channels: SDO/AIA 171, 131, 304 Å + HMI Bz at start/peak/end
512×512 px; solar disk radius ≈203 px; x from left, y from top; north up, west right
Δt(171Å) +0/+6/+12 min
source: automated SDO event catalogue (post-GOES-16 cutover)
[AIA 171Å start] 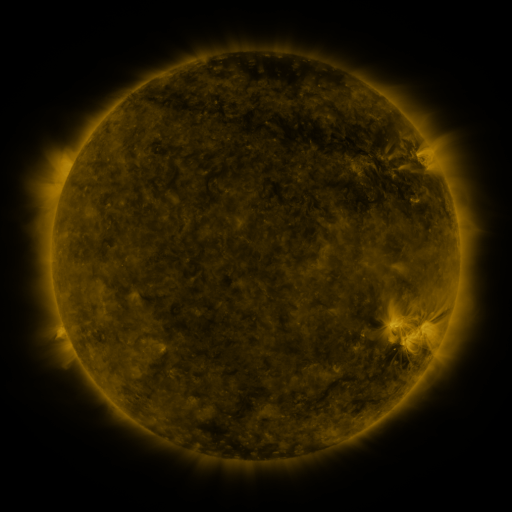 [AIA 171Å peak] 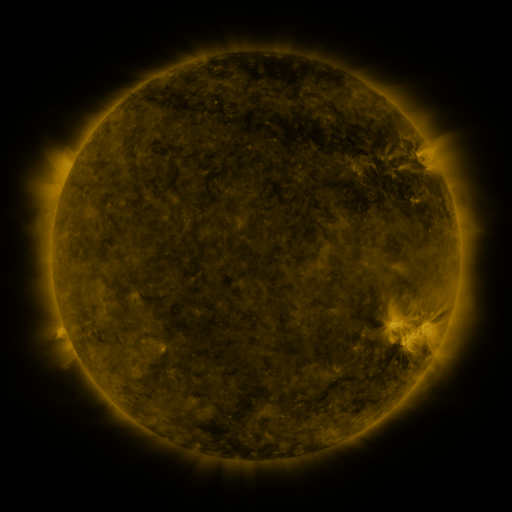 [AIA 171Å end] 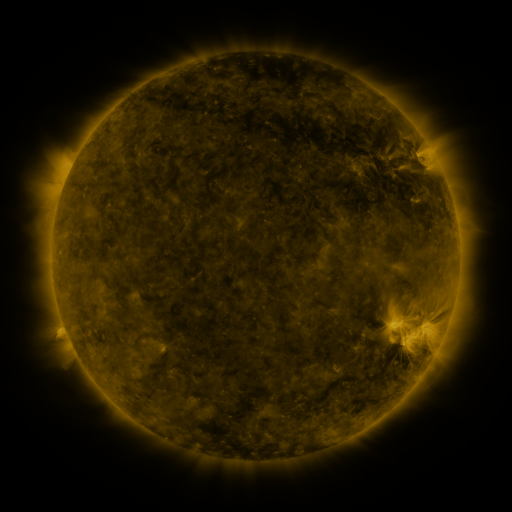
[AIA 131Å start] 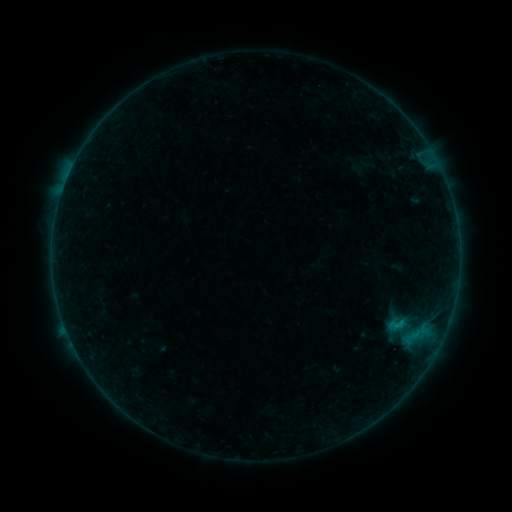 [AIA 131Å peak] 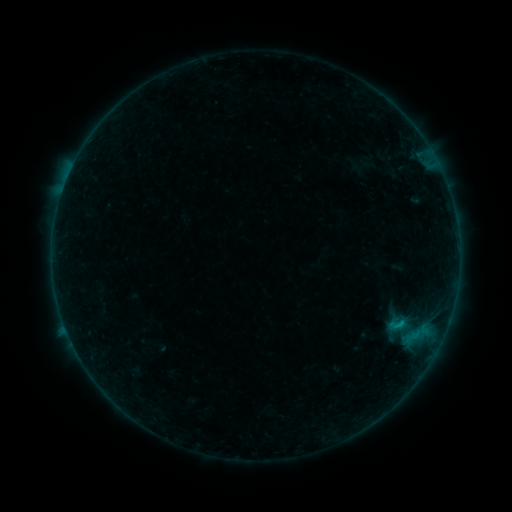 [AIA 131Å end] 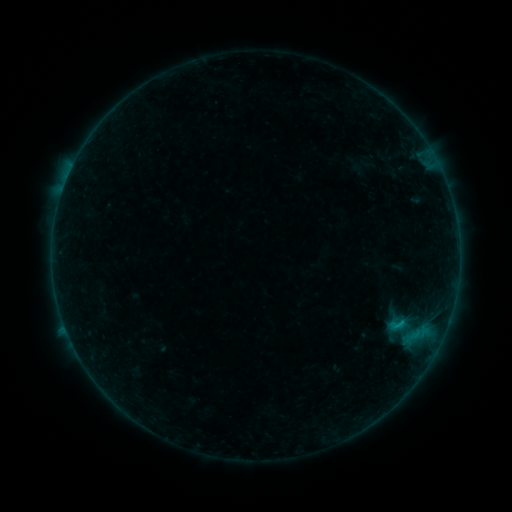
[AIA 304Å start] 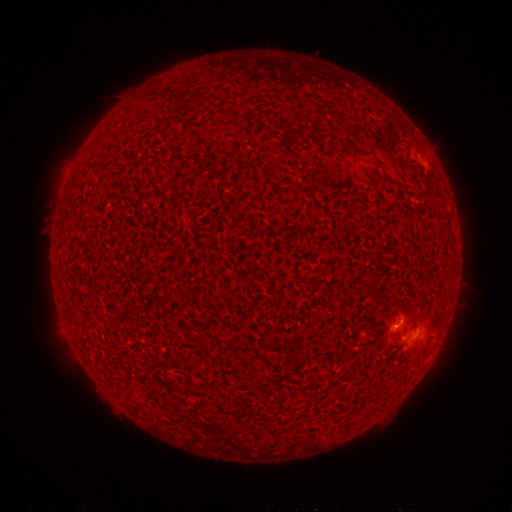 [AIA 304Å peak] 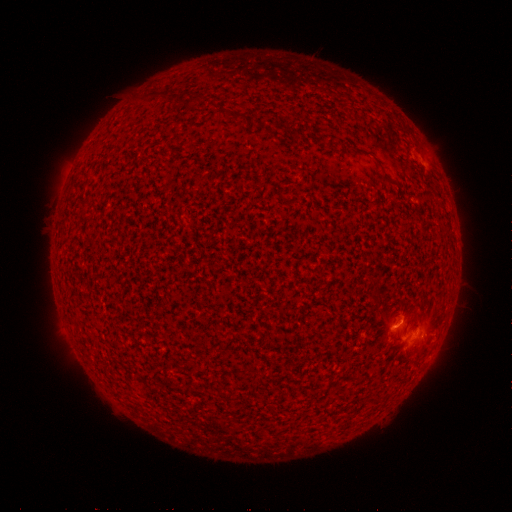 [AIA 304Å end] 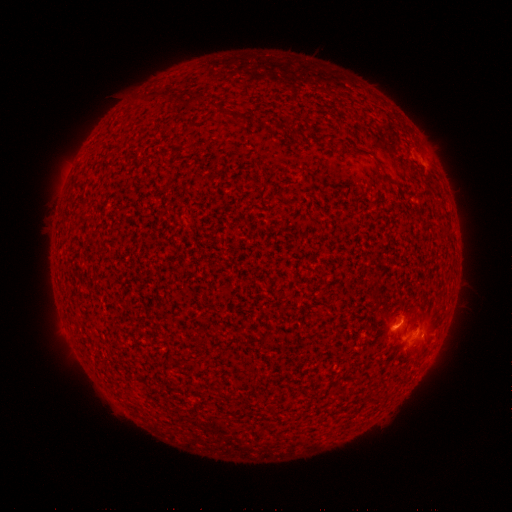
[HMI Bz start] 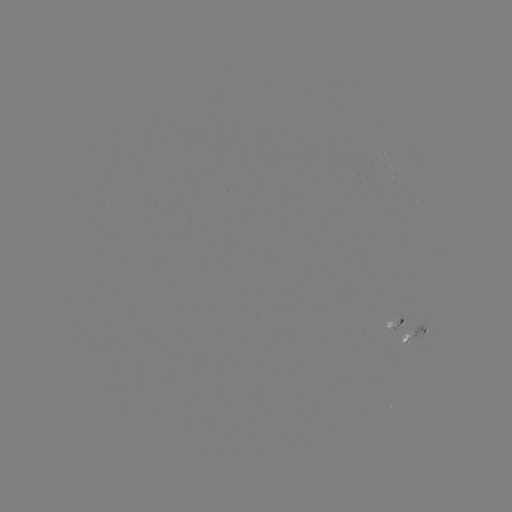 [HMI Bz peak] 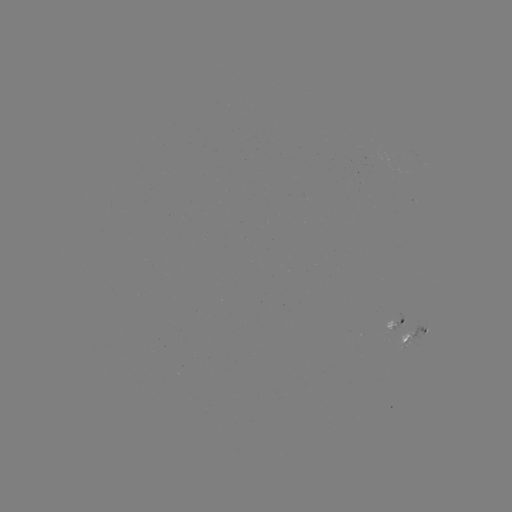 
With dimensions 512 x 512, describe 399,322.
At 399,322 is B3.7 flare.